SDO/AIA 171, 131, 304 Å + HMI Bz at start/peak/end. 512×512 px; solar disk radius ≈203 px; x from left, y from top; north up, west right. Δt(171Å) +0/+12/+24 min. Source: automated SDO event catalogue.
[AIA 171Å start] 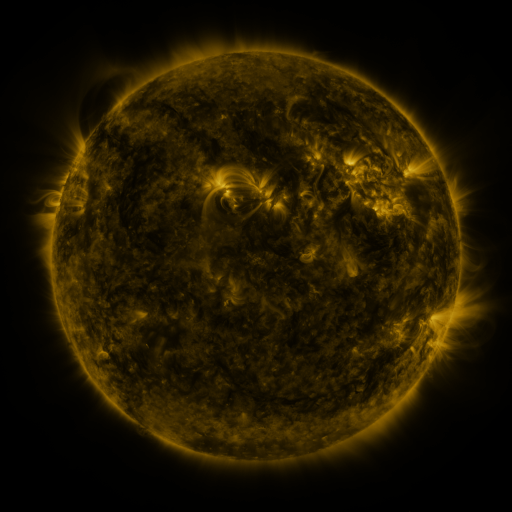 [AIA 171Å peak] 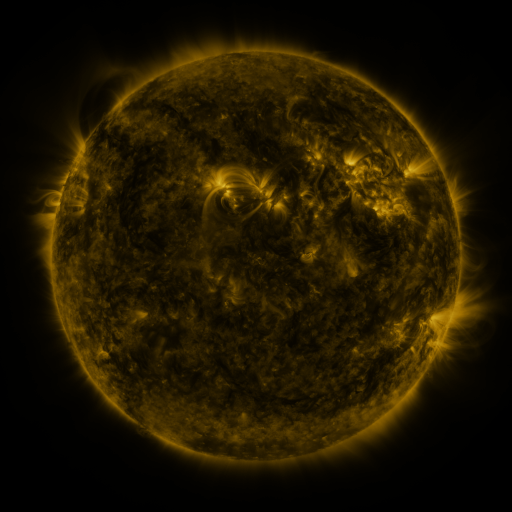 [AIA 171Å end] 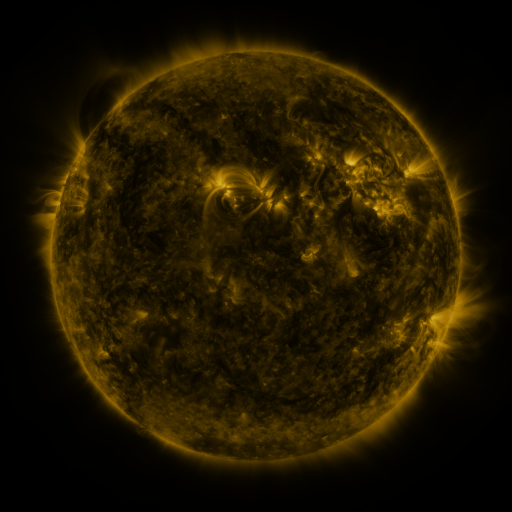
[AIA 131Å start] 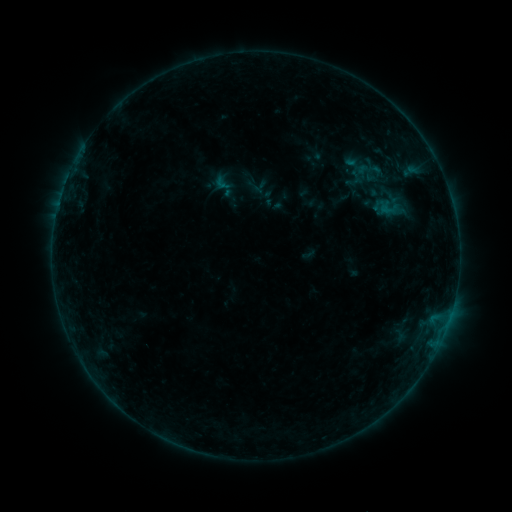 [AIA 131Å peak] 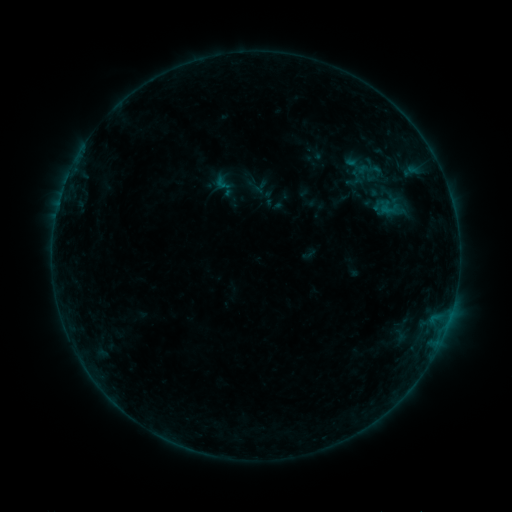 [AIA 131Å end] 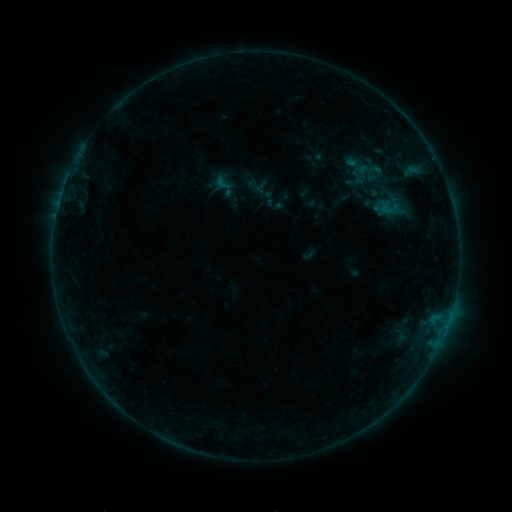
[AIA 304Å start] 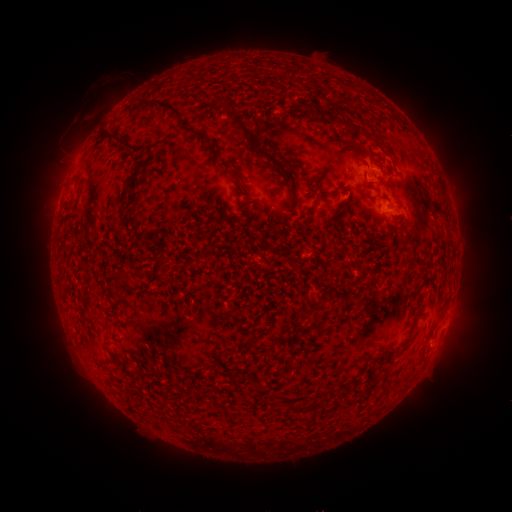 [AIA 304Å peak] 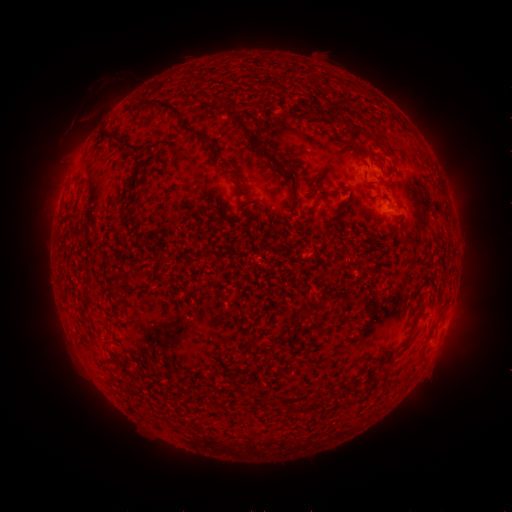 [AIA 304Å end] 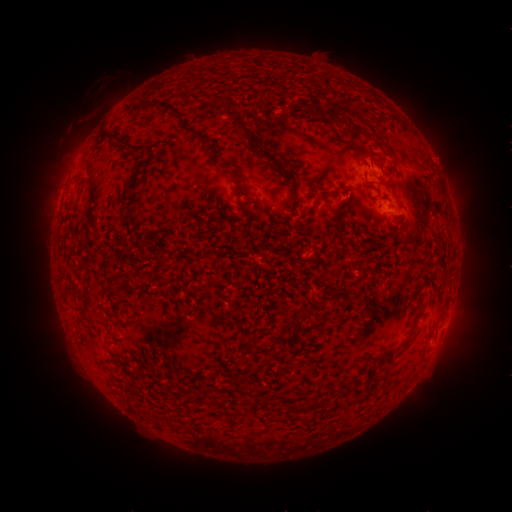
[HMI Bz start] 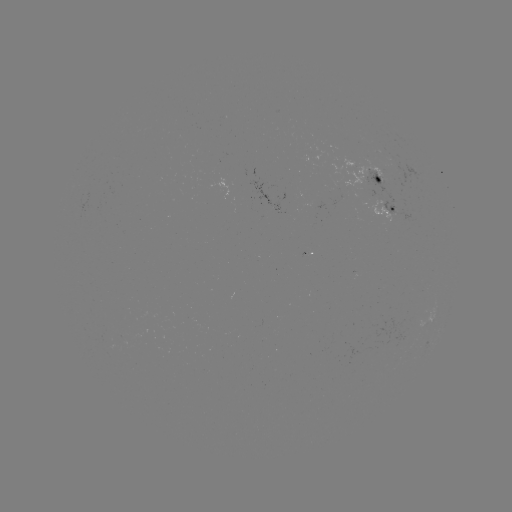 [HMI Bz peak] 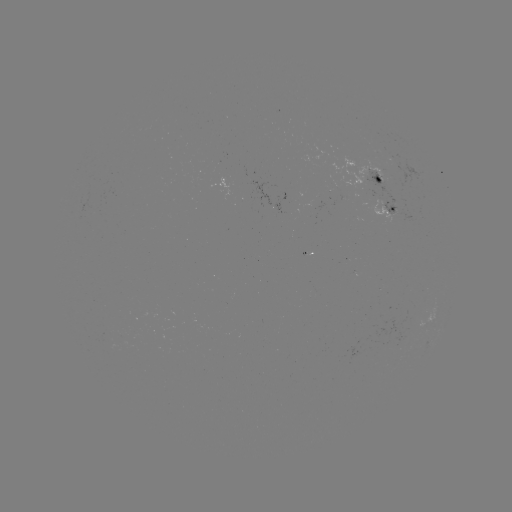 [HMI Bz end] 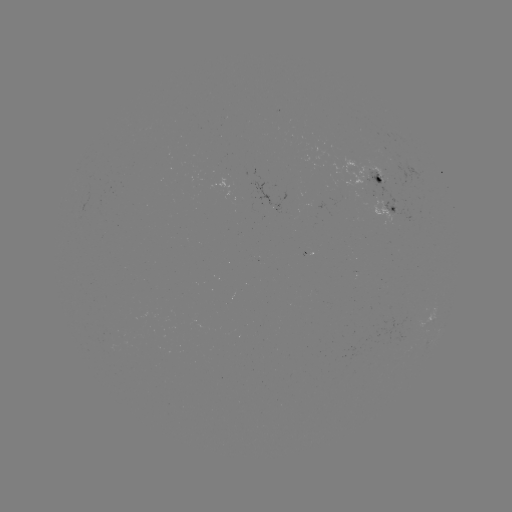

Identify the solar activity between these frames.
nothing was catalogued: no classed flare, no EUV trigger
